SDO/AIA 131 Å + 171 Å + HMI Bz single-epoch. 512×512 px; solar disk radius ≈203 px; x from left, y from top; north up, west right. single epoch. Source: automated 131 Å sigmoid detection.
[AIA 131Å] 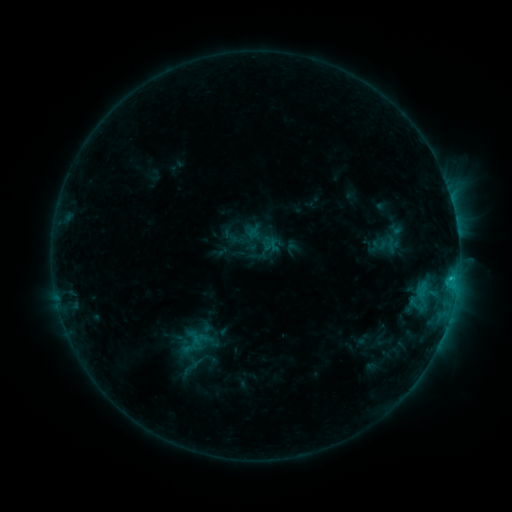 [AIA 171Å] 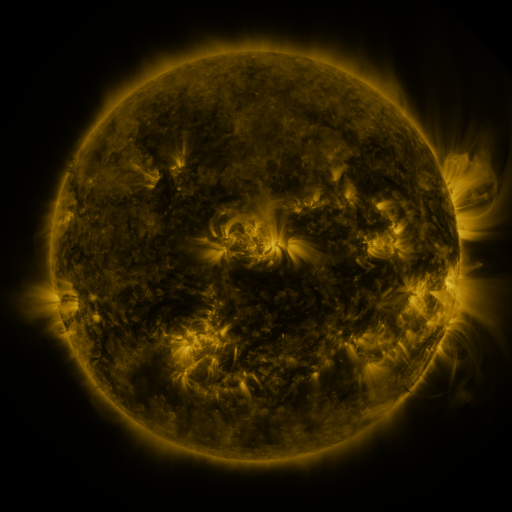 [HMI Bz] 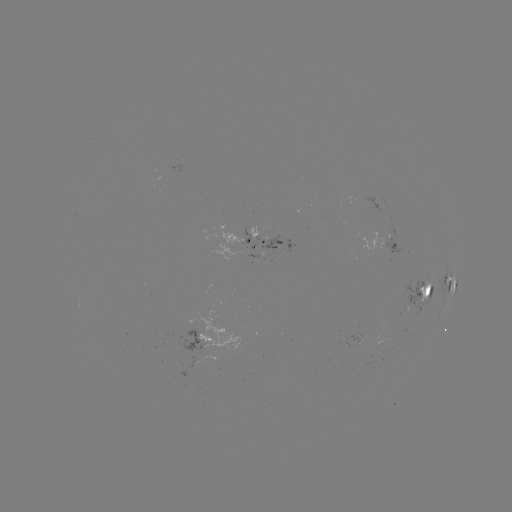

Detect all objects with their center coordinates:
sigmoid: (189, 366)
